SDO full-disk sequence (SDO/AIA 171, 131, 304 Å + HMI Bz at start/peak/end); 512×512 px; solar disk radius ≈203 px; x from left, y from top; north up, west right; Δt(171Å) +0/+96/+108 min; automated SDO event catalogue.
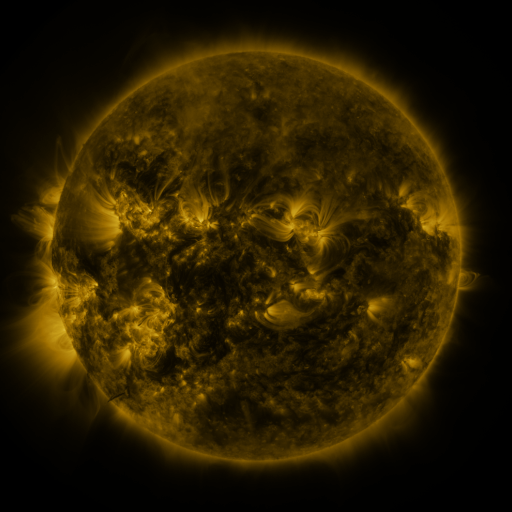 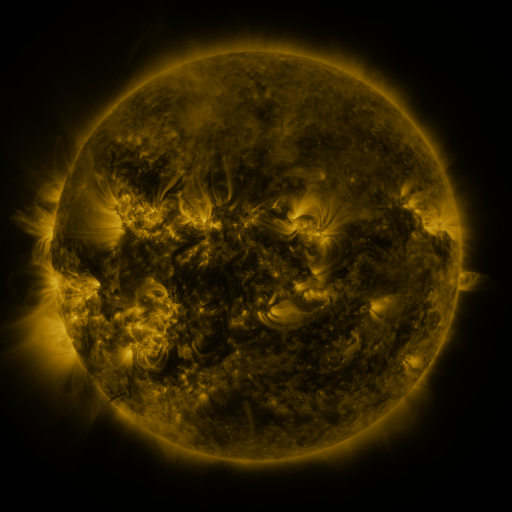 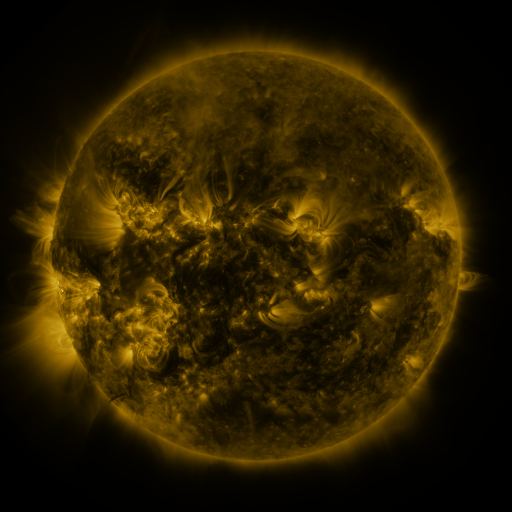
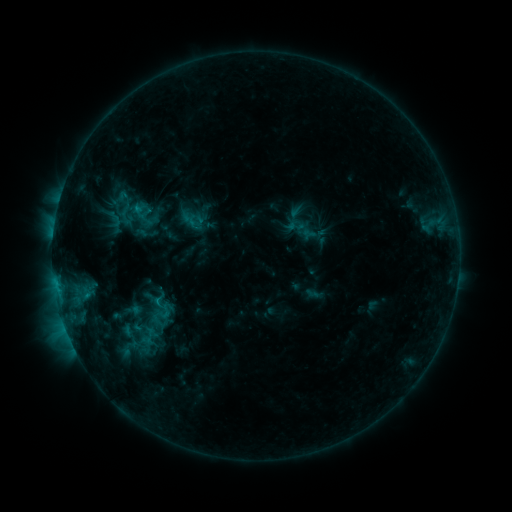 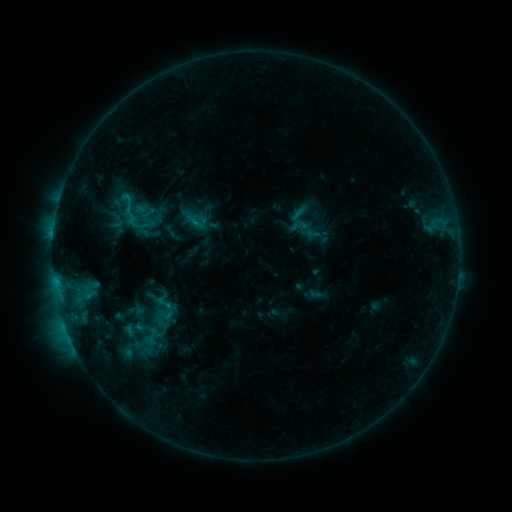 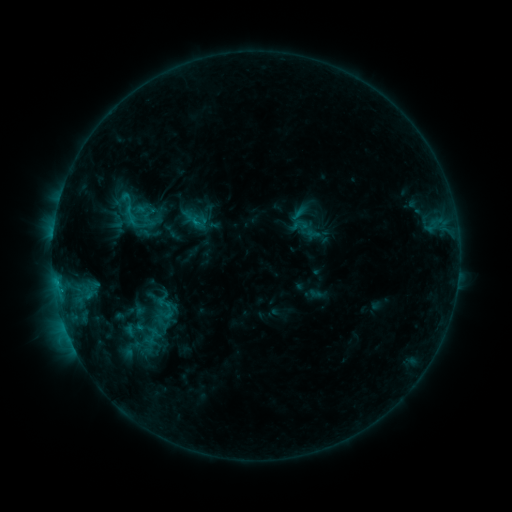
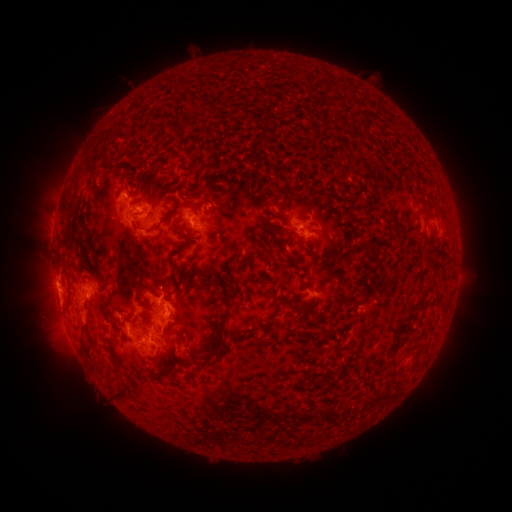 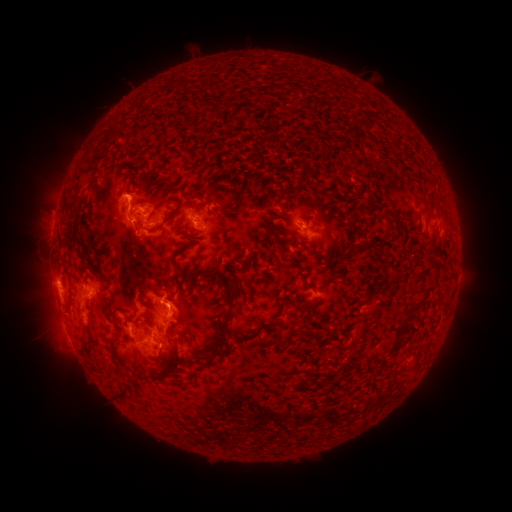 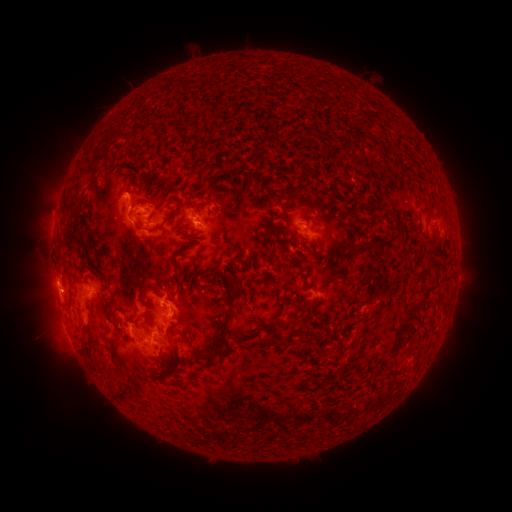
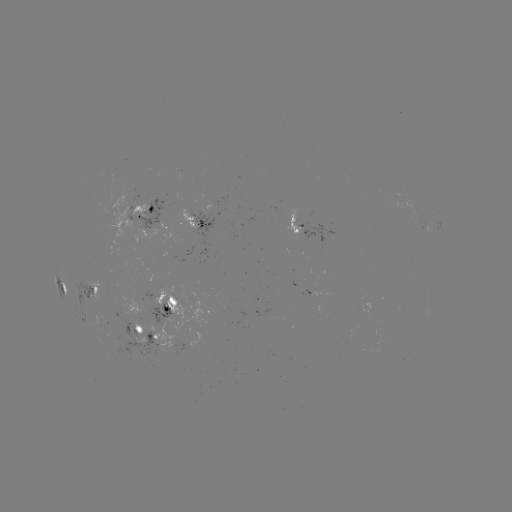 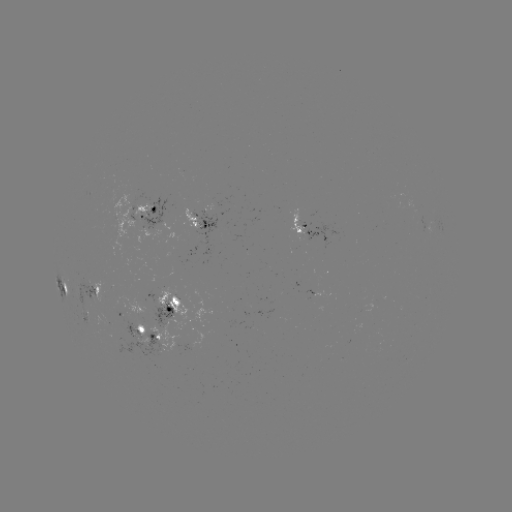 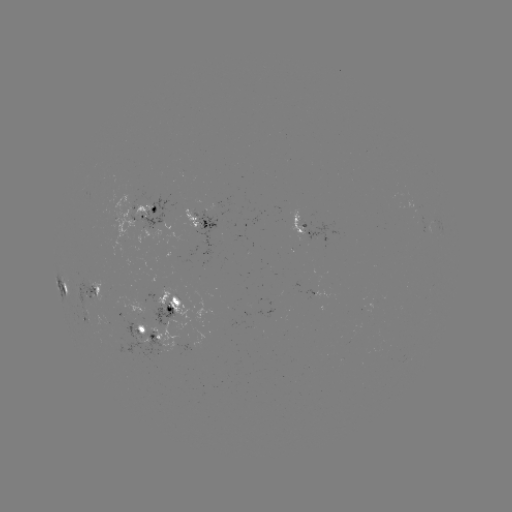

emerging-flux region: (77, 276, 97, 302)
